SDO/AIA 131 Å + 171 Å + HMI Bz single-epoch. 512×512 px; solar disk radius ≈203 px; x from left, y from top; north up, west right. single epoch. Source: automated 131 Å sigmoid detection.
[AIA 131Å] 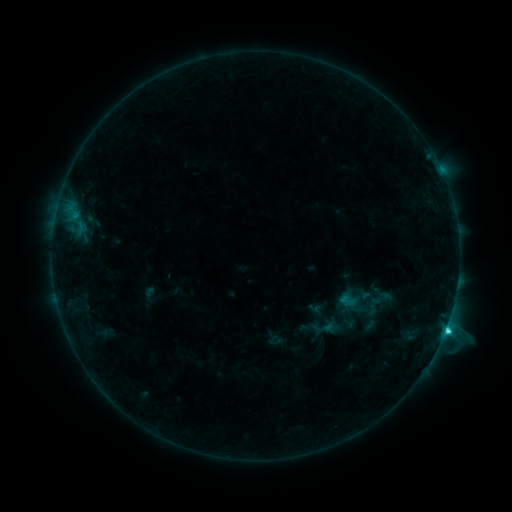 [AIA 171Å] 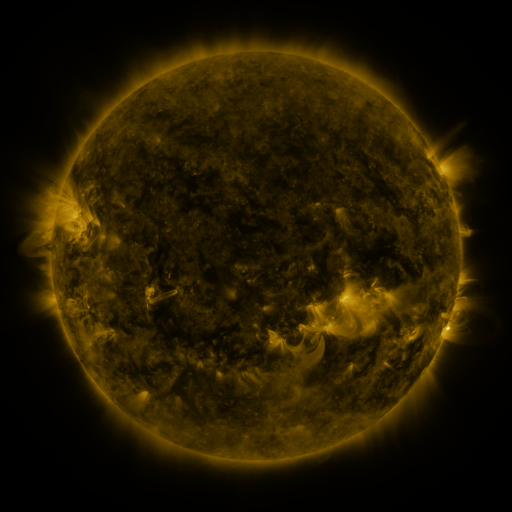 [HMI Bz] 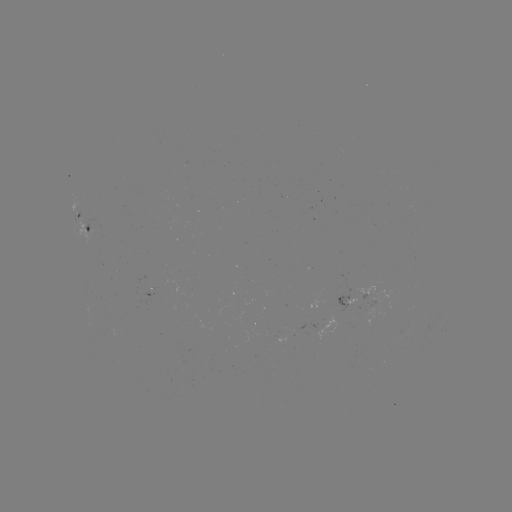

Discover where sigmoid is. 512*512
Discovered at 373,306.